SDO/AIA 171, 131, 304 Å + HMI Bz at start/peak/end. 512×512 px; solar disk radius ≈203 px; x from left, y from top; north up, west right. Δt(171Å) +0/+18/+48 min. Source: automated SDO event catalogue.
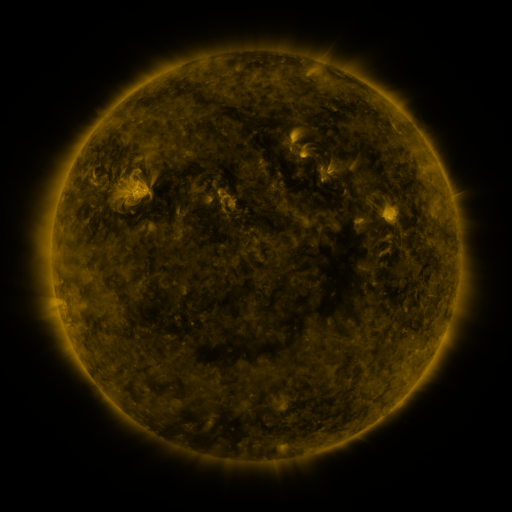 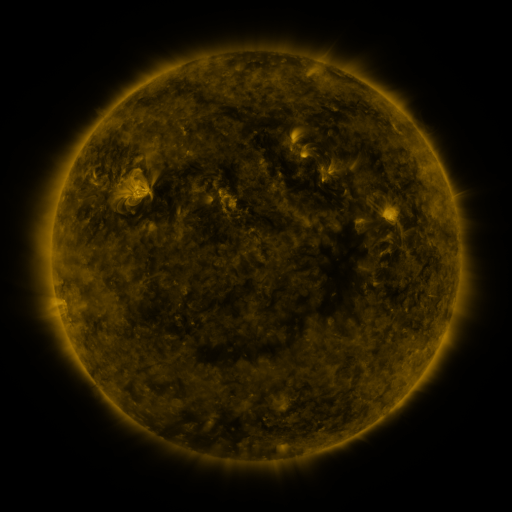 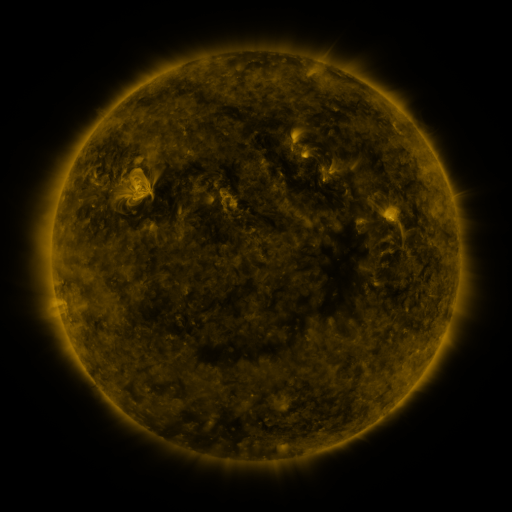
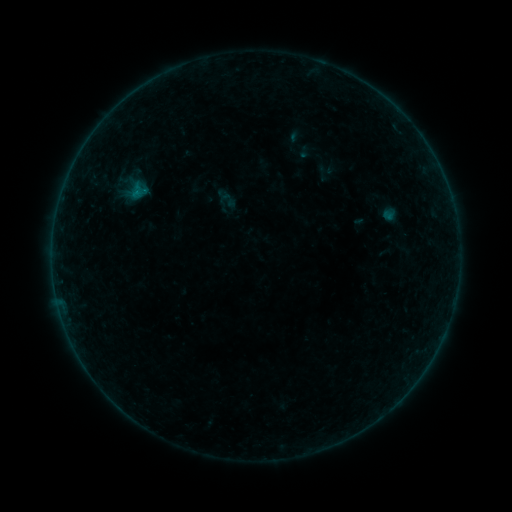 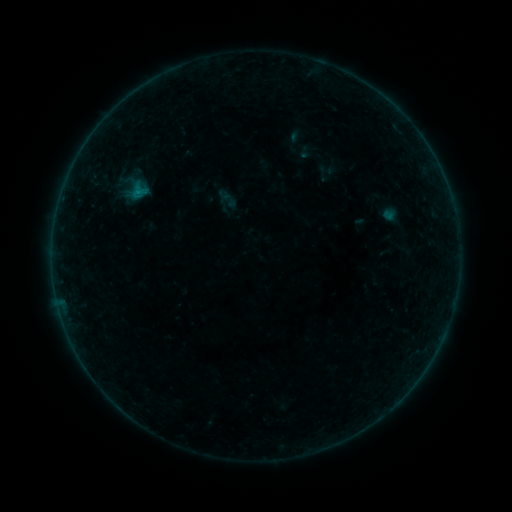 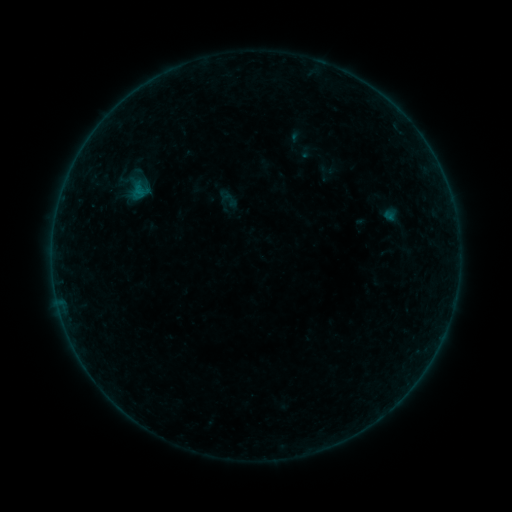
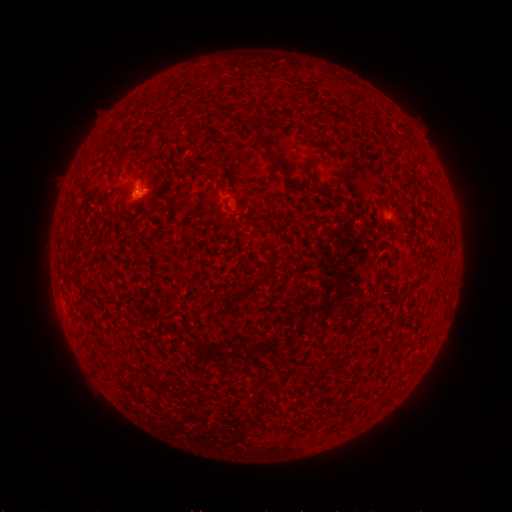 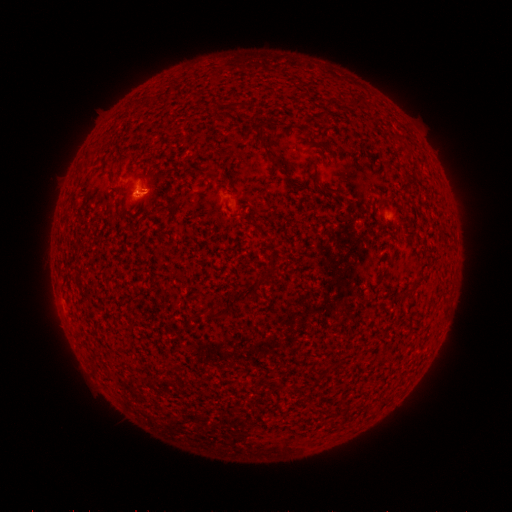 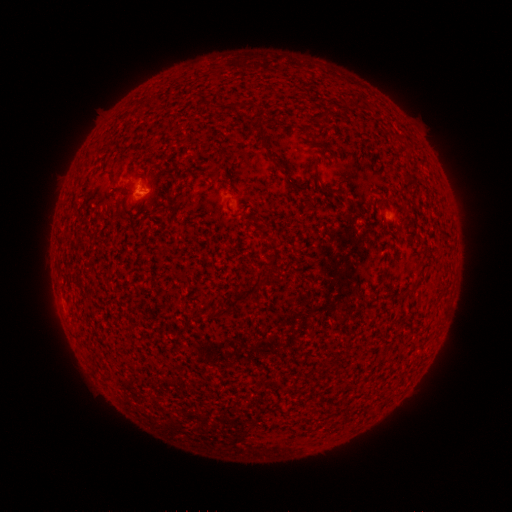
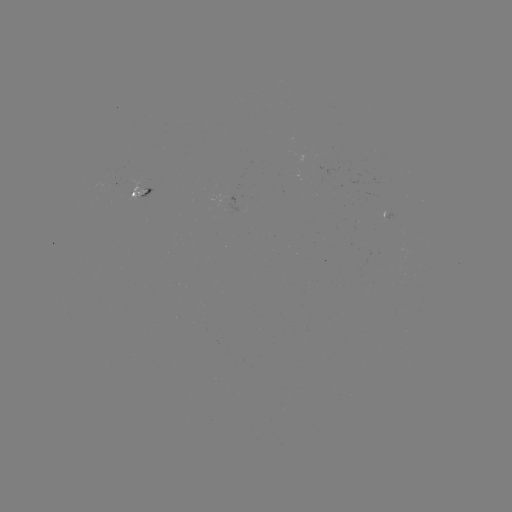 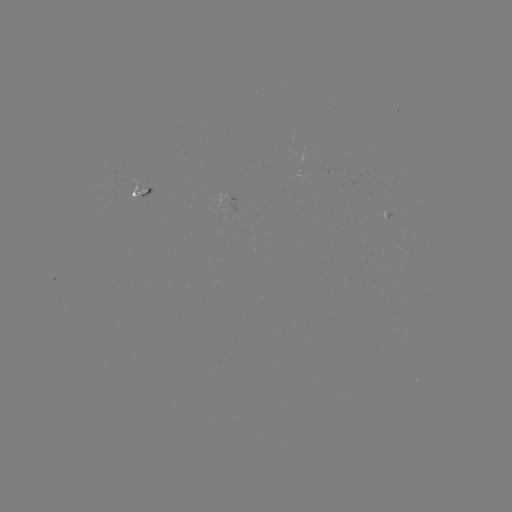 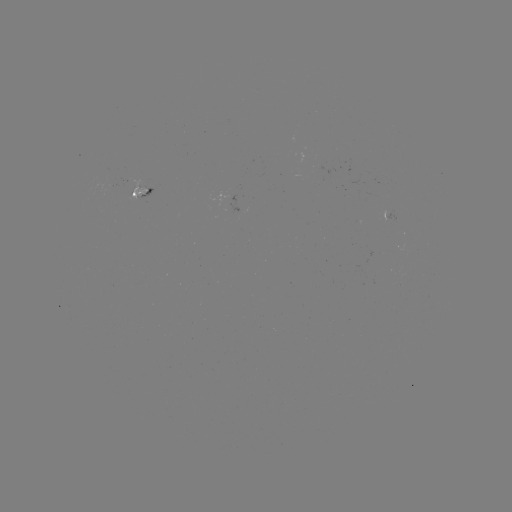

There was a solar flare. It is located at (138, 194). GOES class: B1.9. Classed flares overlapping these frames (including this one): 1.